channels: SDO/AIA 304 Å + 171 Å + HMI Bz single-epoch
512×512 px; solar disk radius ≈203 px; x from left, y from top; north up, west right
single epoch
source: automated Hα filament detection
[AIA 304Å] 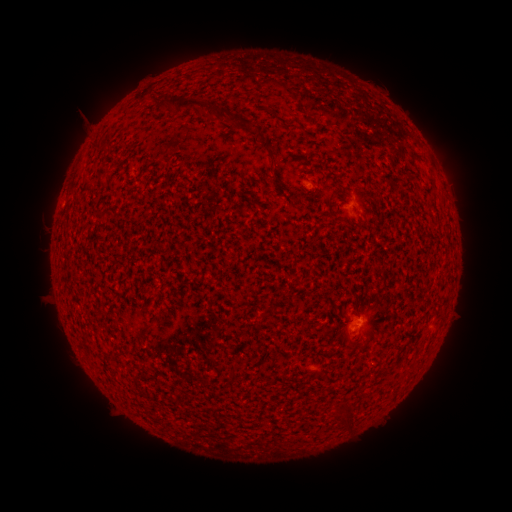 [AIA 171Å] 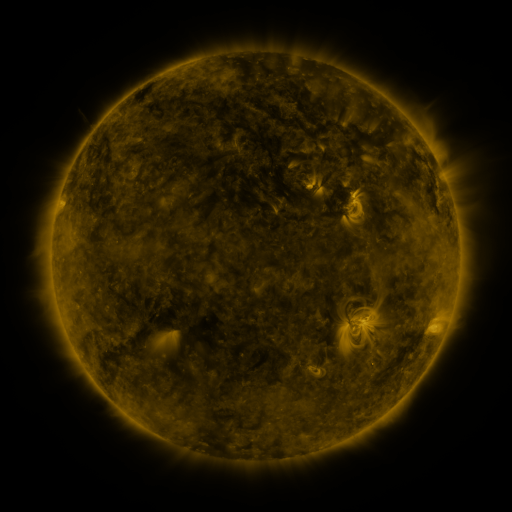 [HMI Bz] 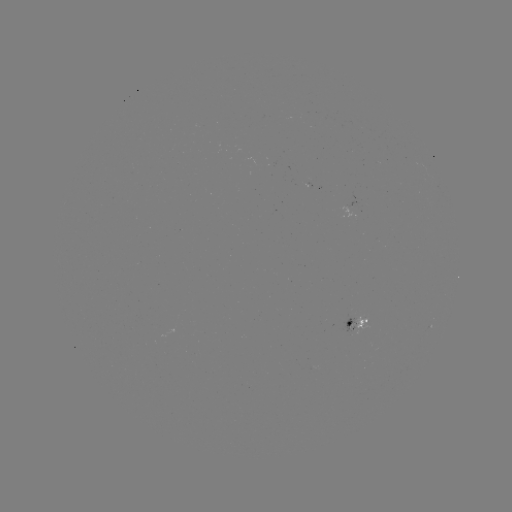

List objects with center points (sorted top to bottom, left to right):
filament: <bbox>273, 80, 295, 99</bbox>
filament: <bbox>152, 95, 209, 113</bbox>
filament: <bbox>207, 103, 220, 121</bbox>
filament: <bbox>229, 117, 238, 127</bbox>
filament: <bbox>262, 139, 270, 152</bbox>
filament: <bbox>92, 141, 101, 150</bbox>
filament: <bbox>264, 303, 277, 312</bbox>
filament: <bbox>229, 363, 238, 375</bbox>
